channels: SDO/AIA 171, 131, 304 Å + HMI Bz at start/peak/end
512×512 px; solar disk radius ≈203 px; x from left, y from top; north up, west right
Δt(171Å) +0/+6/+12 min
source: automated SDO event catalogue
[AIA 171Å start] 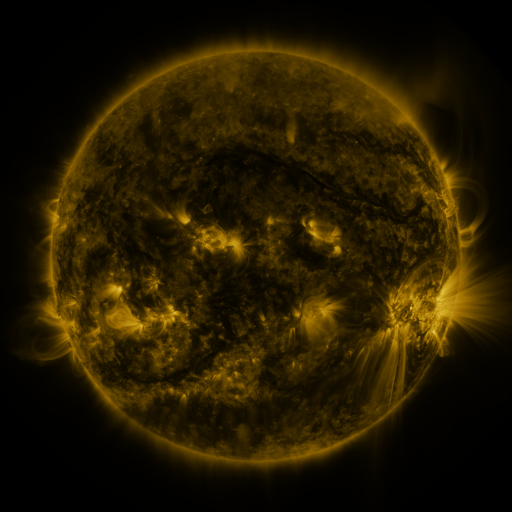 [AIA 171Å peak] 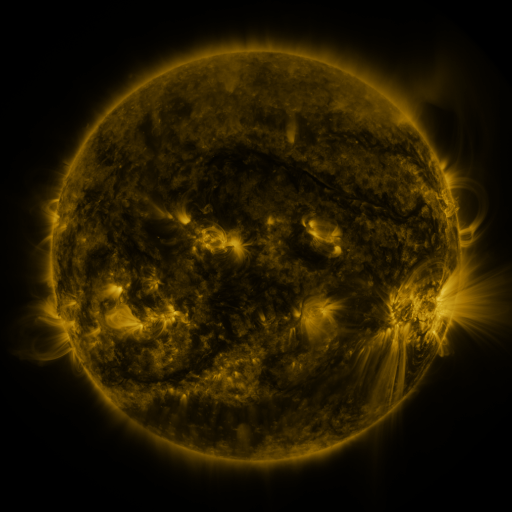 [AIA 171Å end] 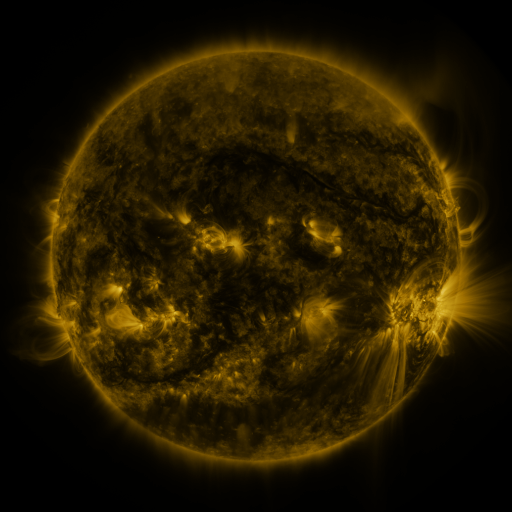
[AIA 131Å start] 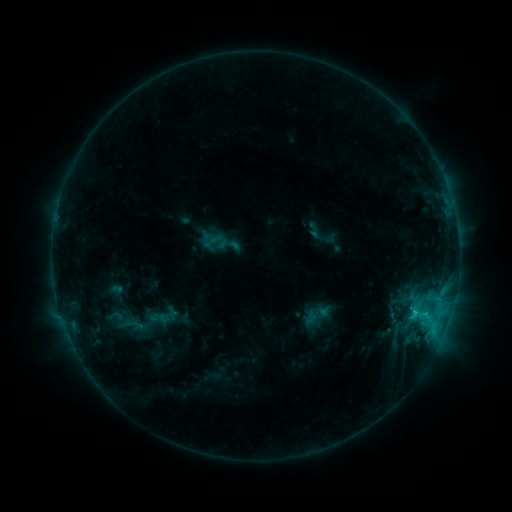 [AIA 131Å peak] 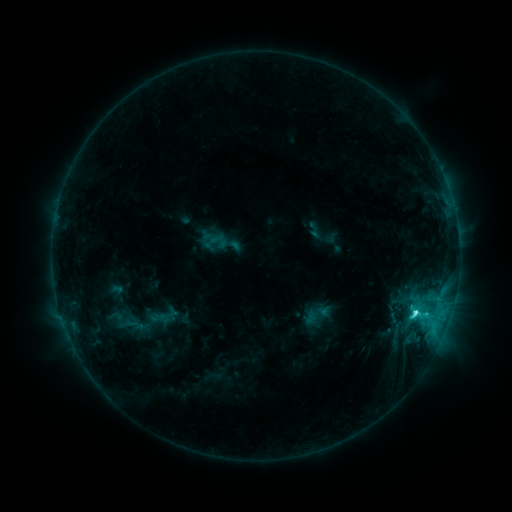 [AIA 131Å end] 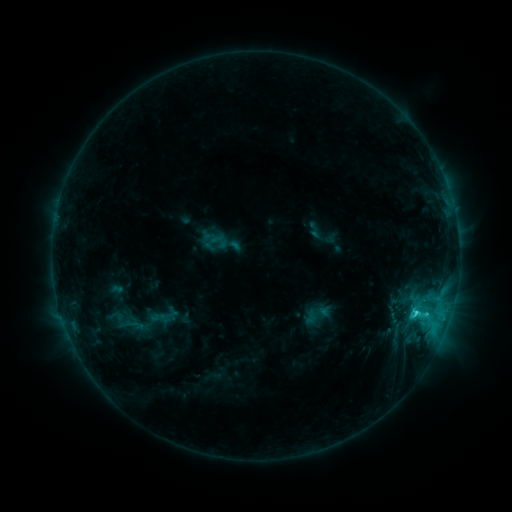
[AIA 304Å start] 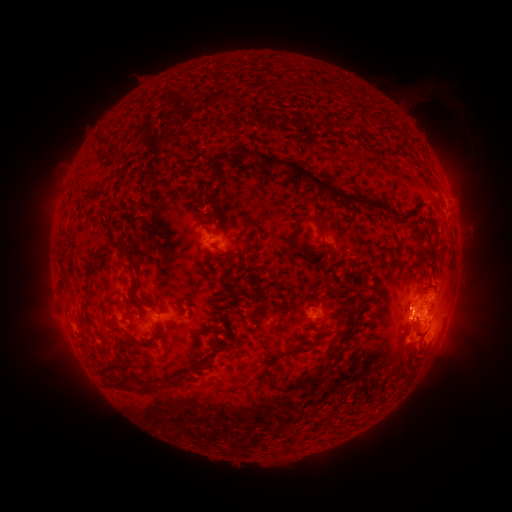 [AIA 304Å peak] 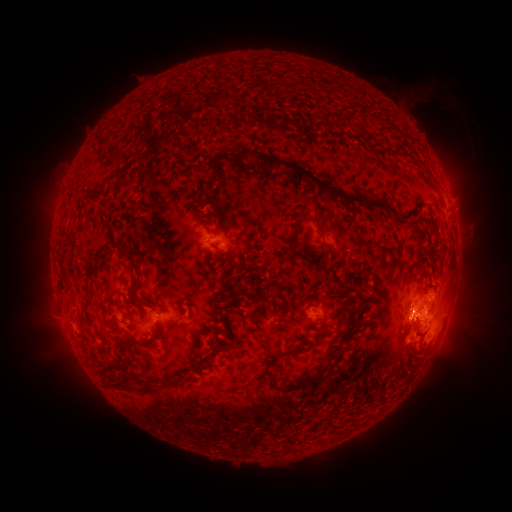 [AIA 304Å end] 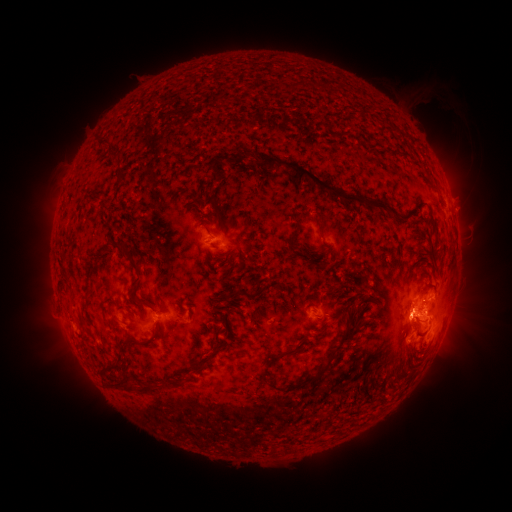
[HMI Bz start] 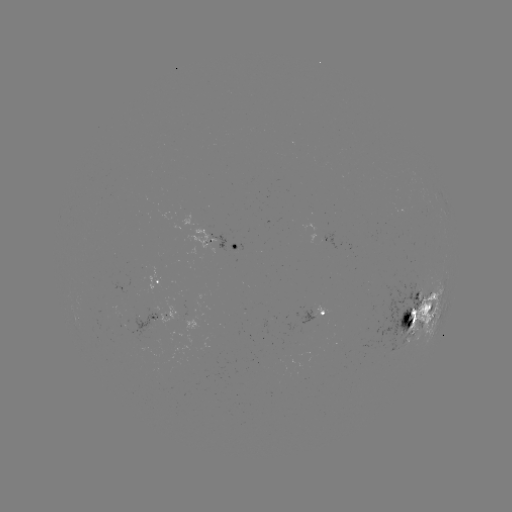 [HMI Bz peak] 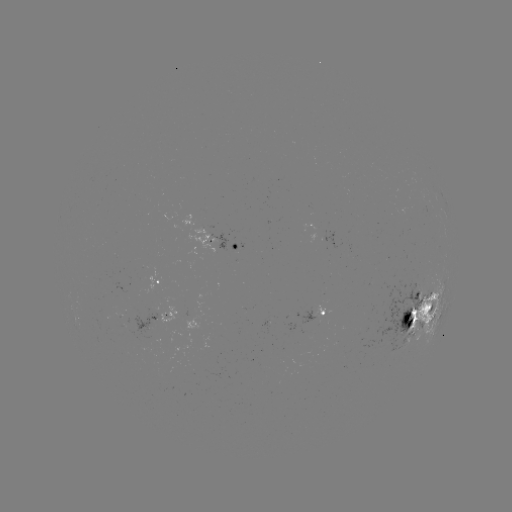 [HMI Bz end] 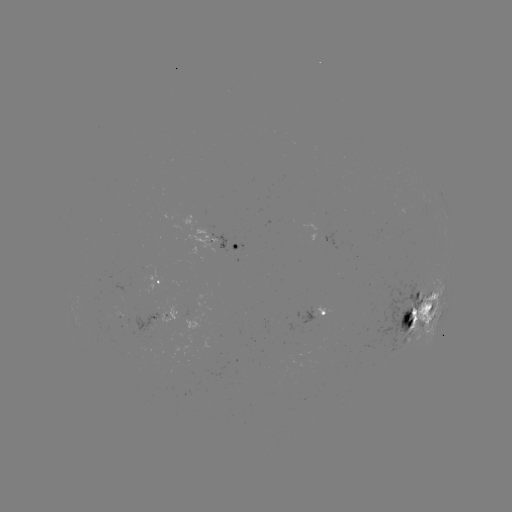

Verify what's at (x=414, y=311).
C5.4 flare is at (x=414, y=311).